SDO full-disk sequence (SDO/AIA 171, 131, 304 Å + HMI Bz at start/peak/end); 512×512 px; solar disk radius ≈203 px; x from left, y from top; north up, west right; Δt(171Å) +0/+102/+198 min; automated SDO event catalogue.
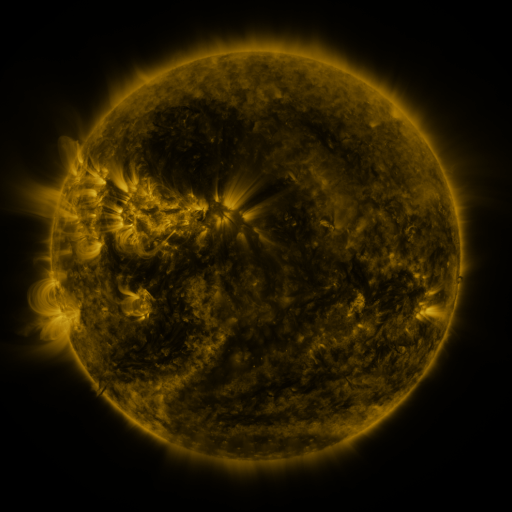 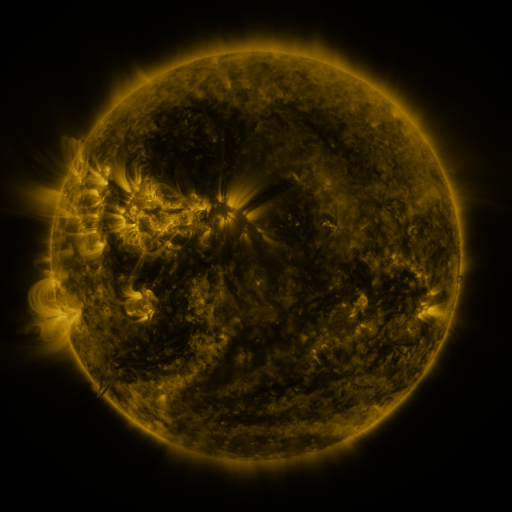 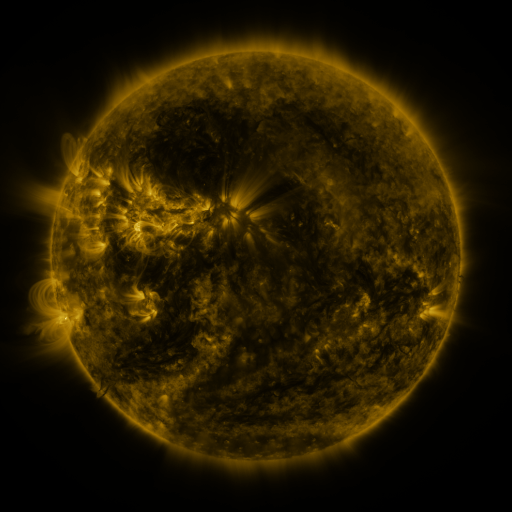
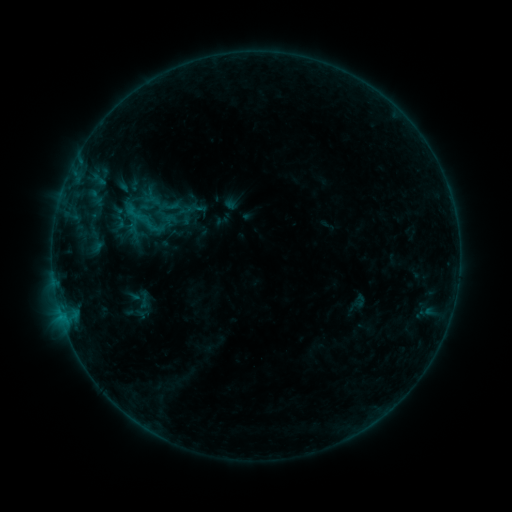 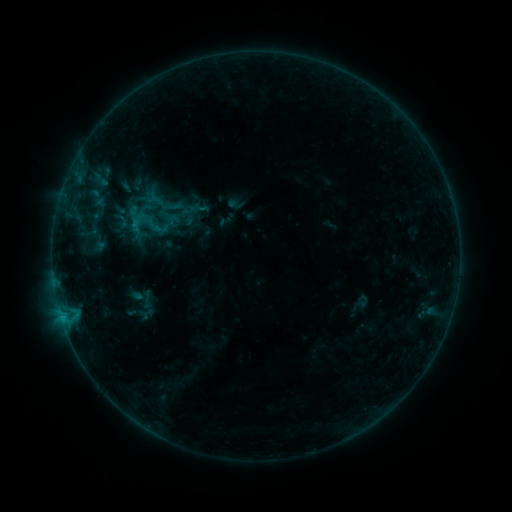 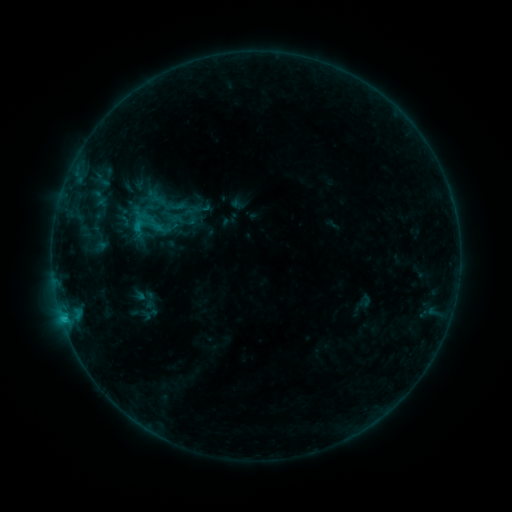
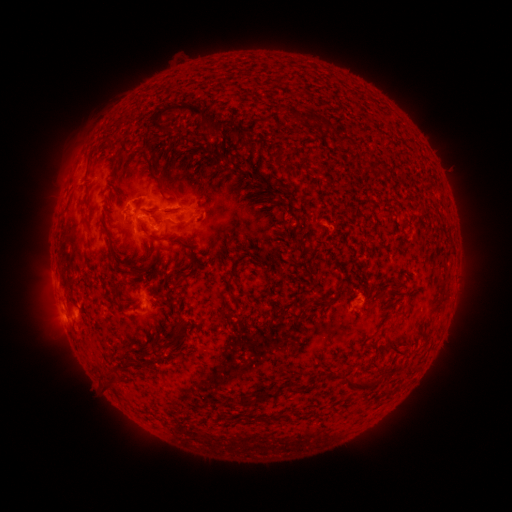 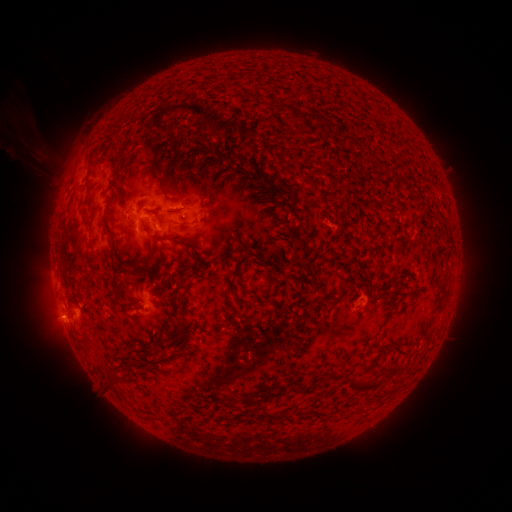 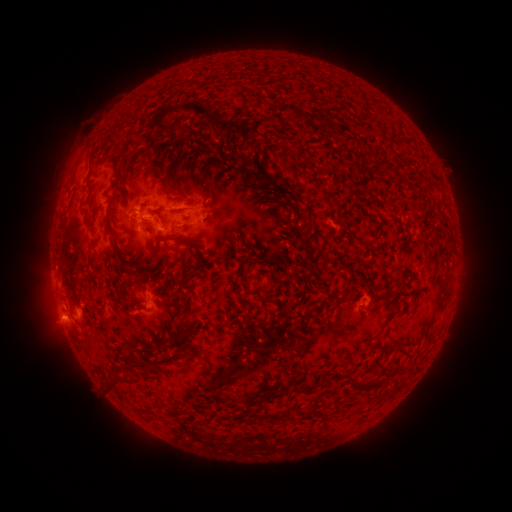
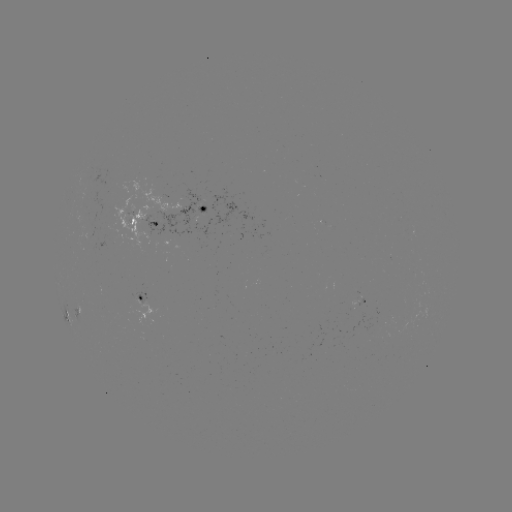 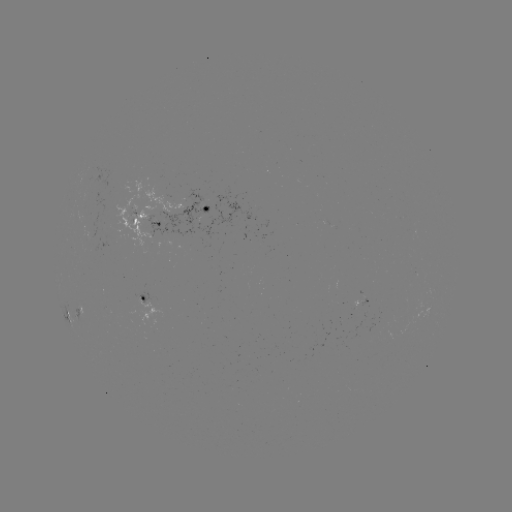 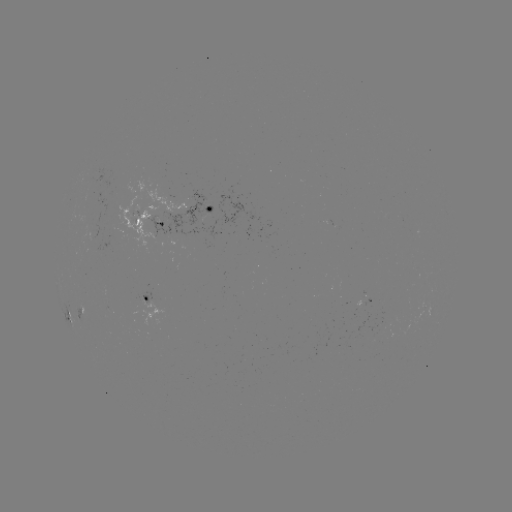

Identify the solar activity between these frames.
filament eruption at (84, 126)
